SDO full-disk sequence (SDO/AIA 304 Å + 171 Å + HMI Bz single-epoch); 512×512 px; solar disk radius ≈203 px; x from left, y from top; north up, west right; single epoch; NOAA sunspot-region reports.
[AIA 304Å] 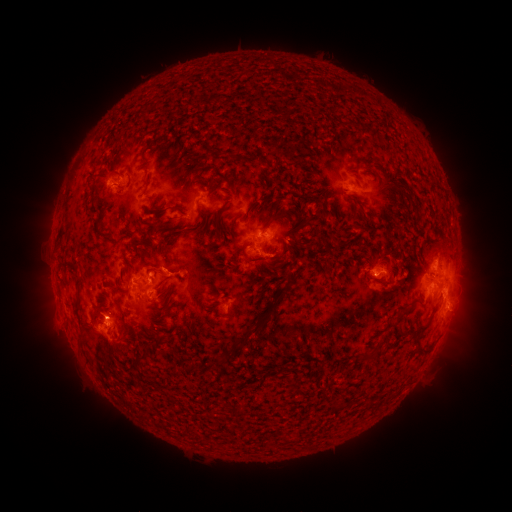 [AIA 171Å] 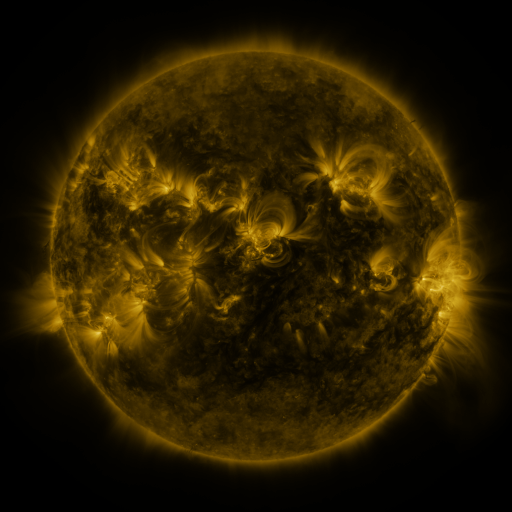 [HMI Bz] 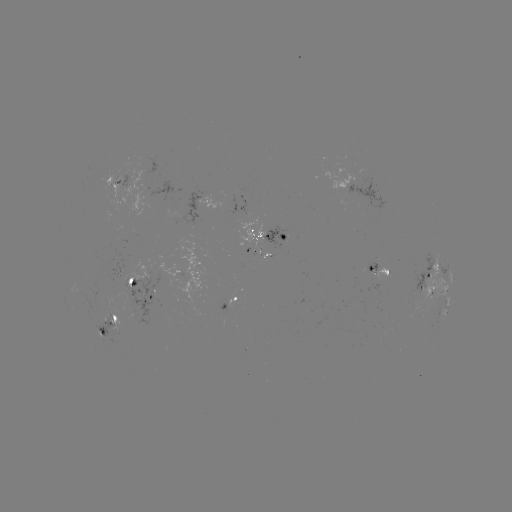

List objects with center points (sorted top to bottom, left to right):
spotted active region: (117, 182)
spotted active region: (355, 188)
spotted active region: (207, 199)
spotted active region: (270, 241)
spotted active region: (376, 271)
spotted active region: (450, 273)
spotted active region: (434, 279)
spotted active region: (134, 285)
spotted active region: (232, 301)
spotted active region: (443, 304)
spotted active region: (110, 327)
